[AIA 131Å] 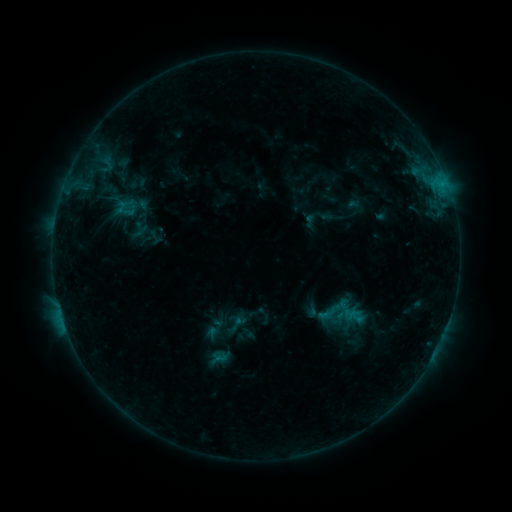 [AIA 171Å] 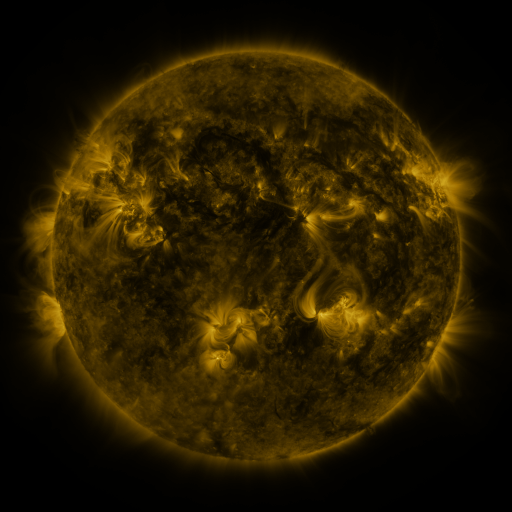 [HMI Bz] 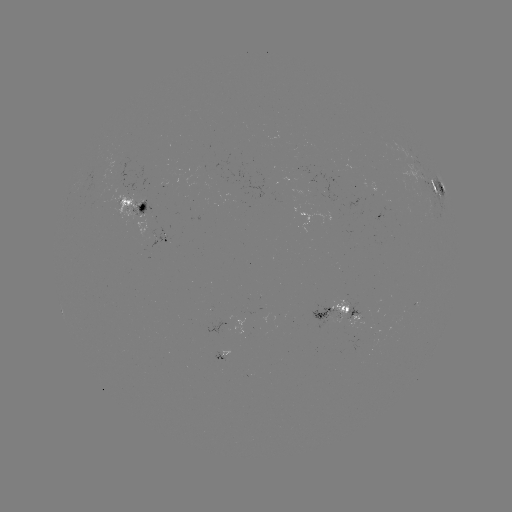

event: sigmoid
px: (237, 324)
